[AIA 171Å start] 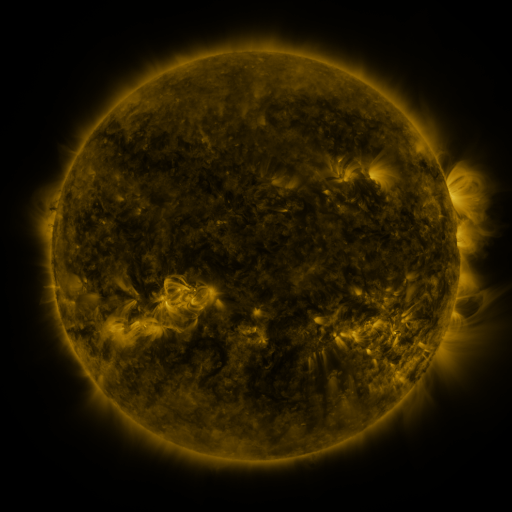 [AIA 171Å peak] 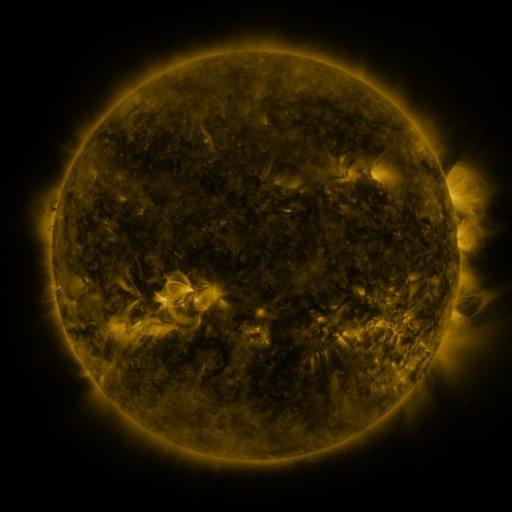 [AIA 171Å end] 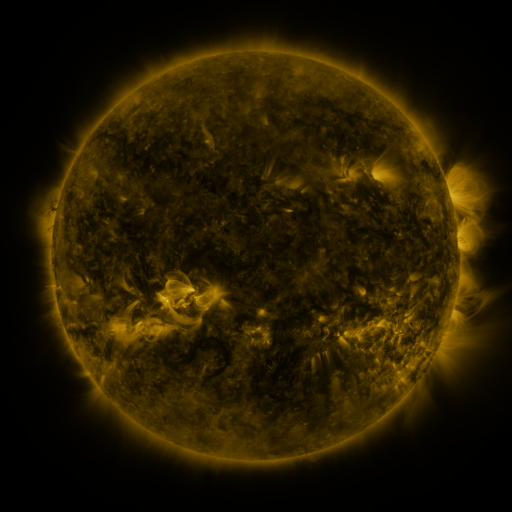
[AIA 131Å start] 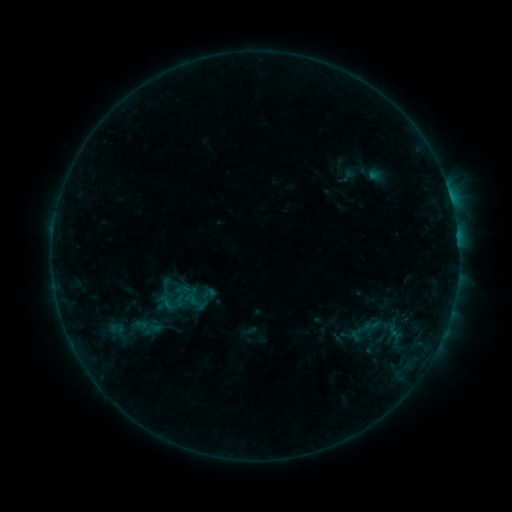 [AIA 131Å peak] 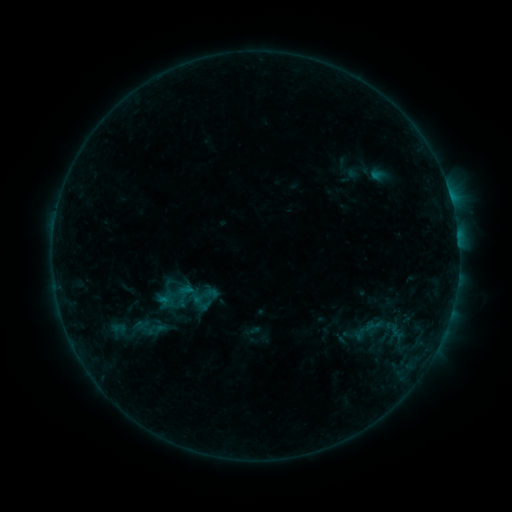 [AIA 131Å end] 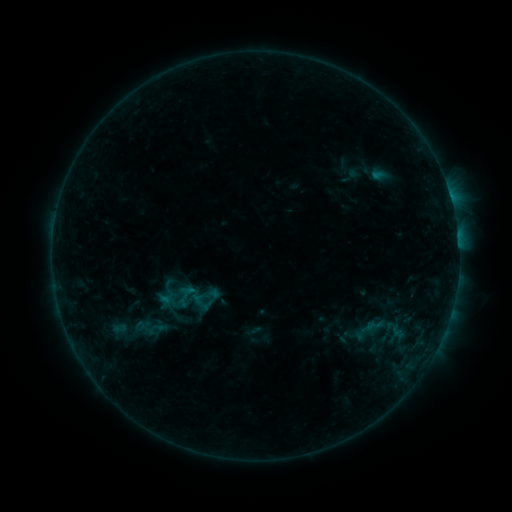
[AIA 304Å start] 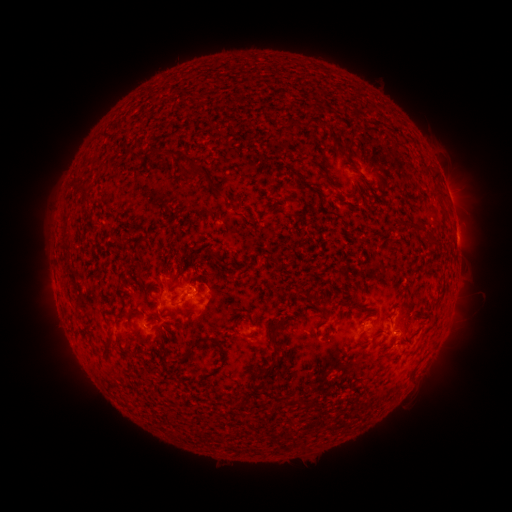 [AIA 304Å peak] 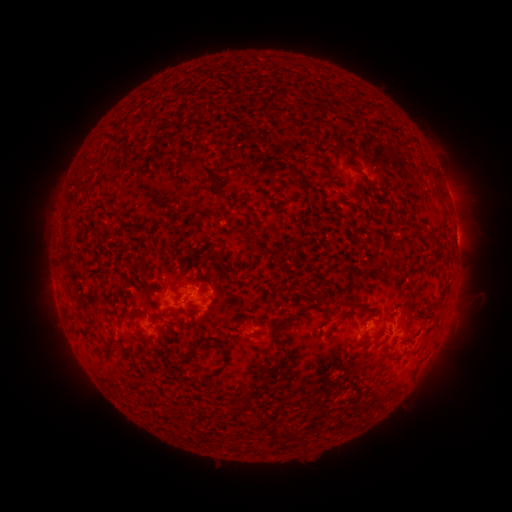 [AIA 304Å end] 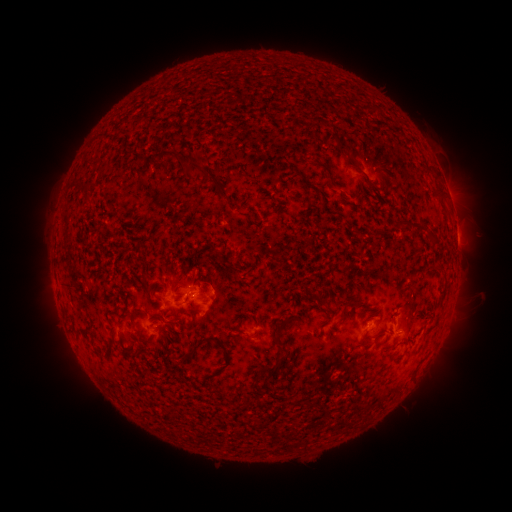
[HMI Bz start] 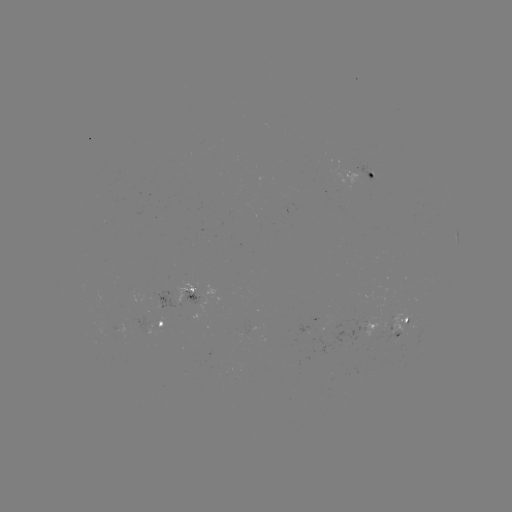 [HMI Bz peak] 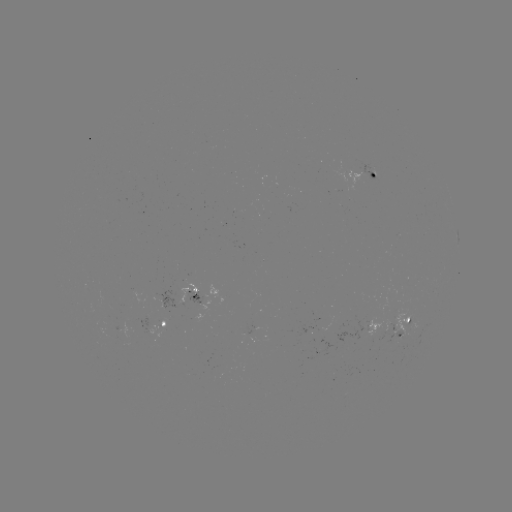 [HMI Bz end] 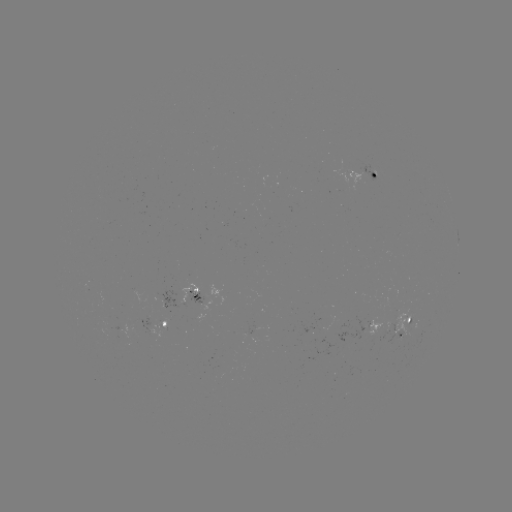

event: emerging-flux region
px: (135, 321)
